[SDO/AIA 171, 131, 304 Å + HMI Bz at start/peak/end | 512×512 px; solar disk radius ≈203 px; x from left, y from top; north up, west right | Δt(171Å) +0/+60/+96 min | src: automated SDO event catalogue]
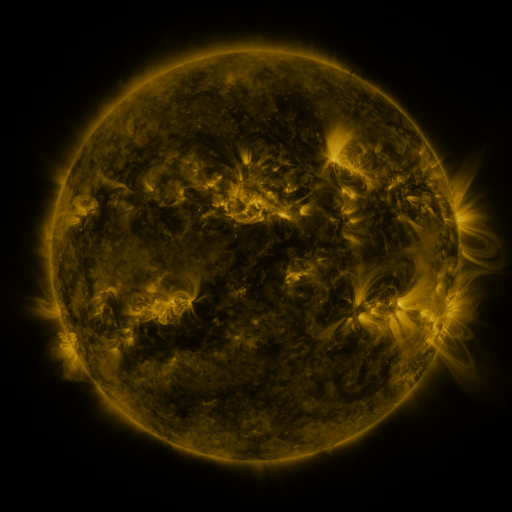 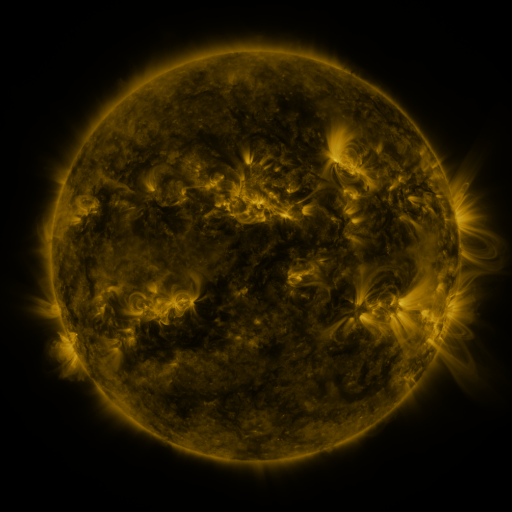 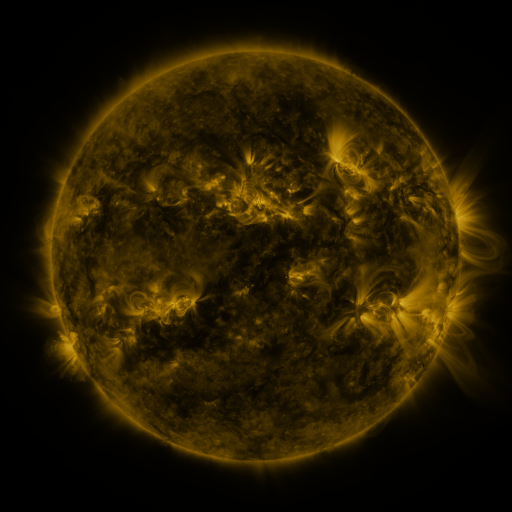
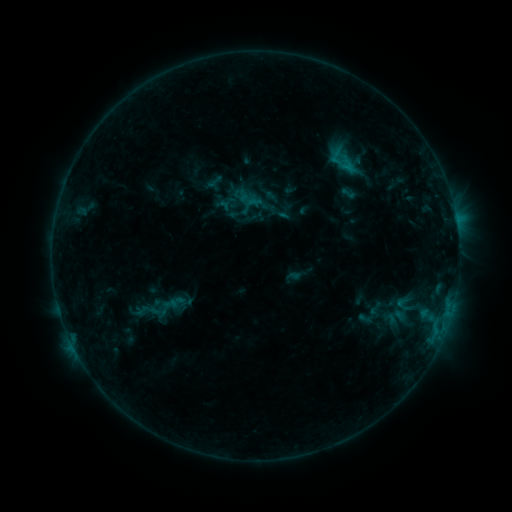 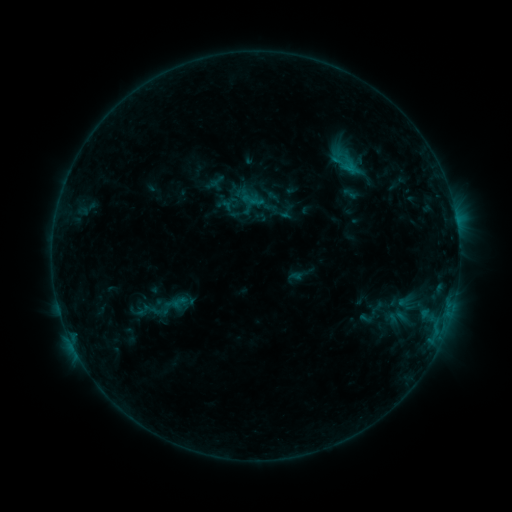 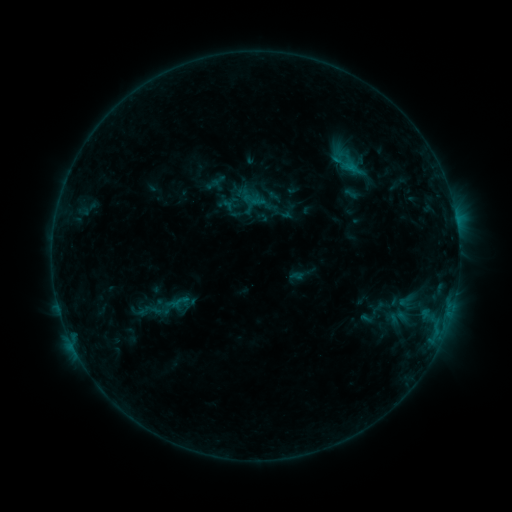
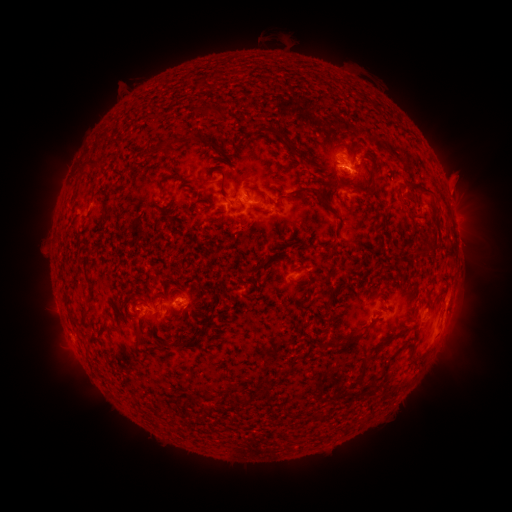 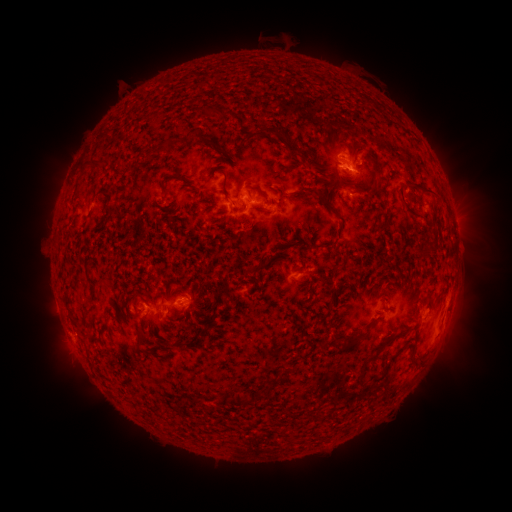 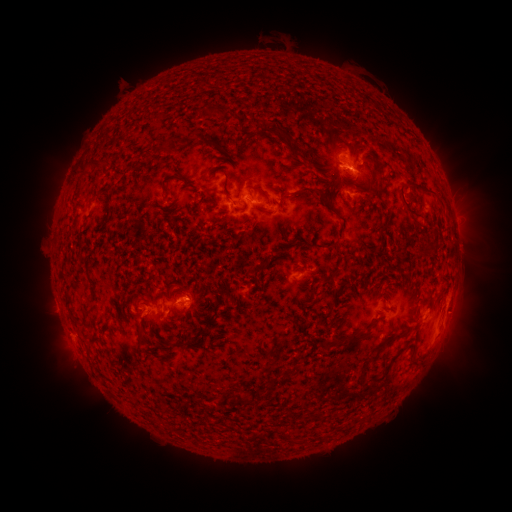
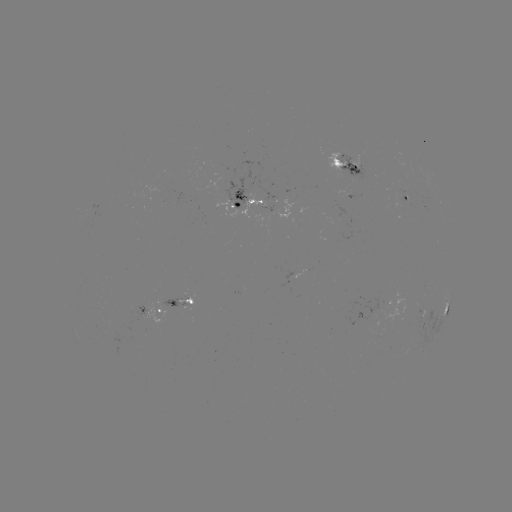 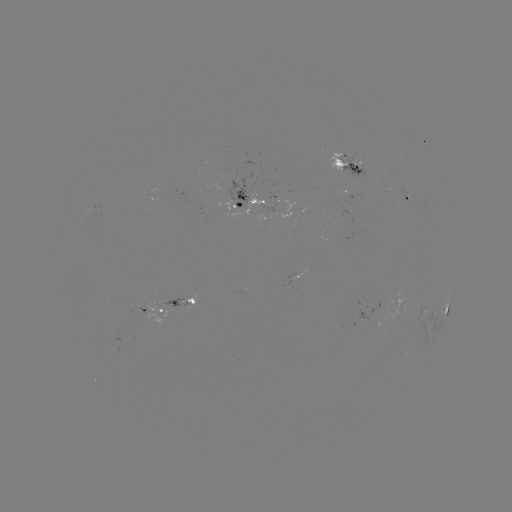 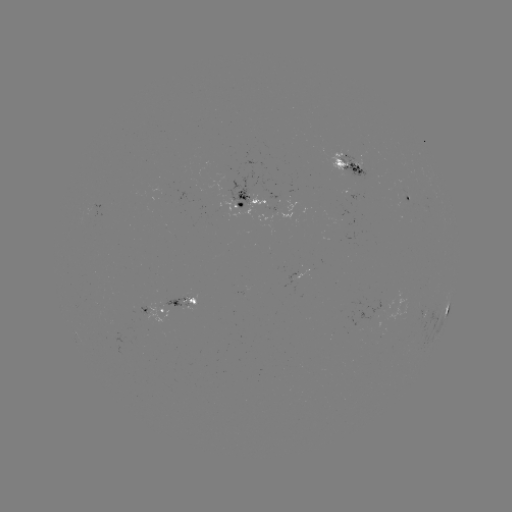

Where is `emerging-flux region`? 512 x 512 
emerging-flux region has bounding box [161, 293, 191, 308].